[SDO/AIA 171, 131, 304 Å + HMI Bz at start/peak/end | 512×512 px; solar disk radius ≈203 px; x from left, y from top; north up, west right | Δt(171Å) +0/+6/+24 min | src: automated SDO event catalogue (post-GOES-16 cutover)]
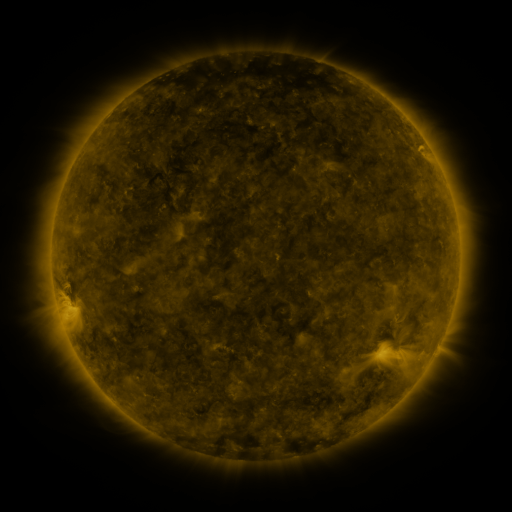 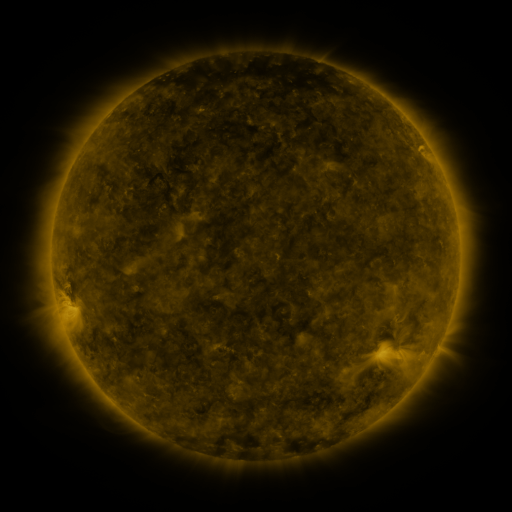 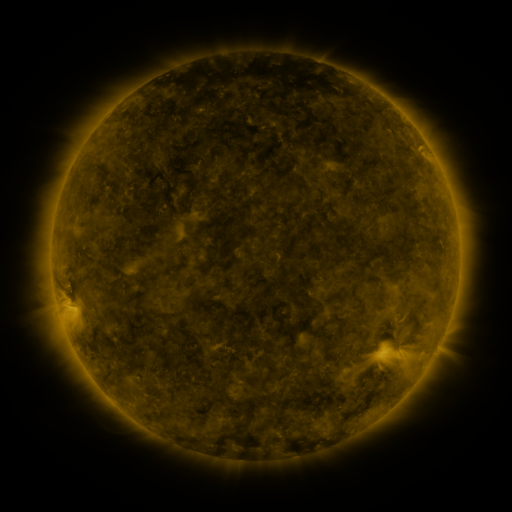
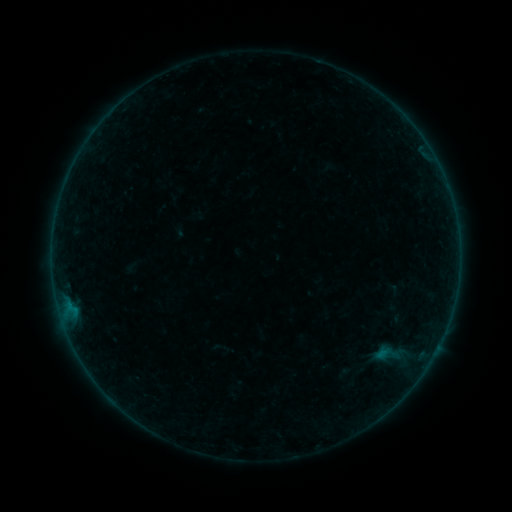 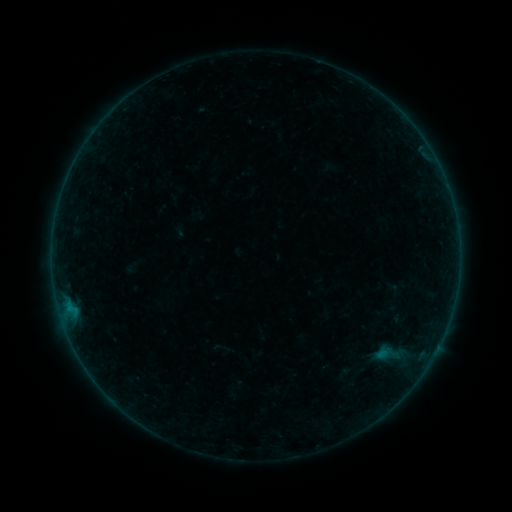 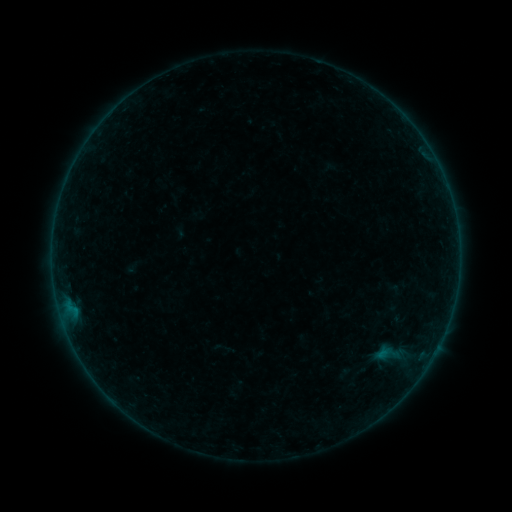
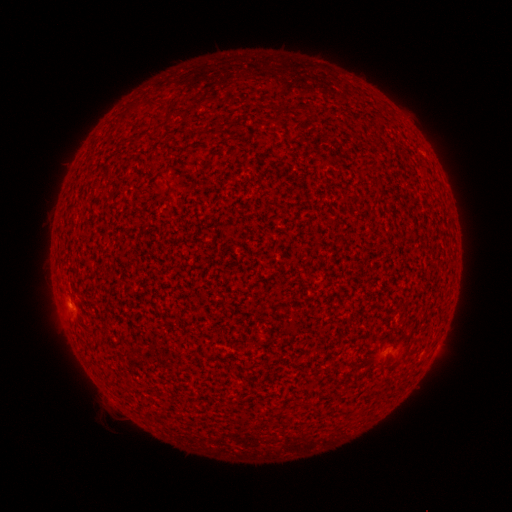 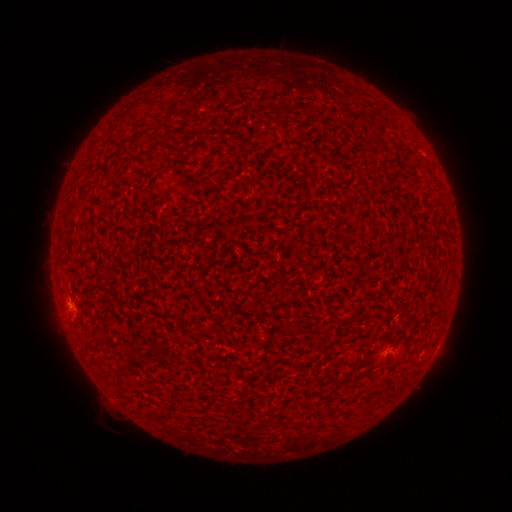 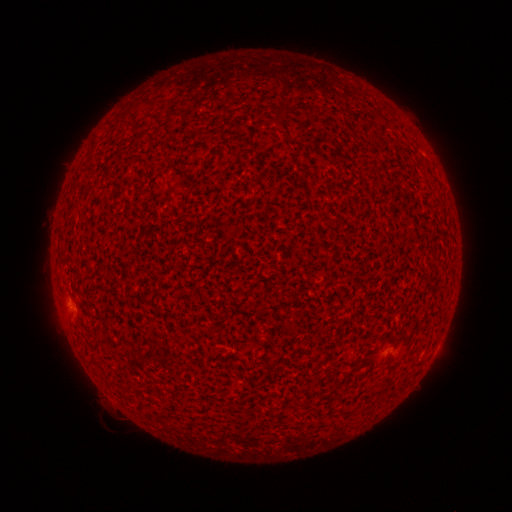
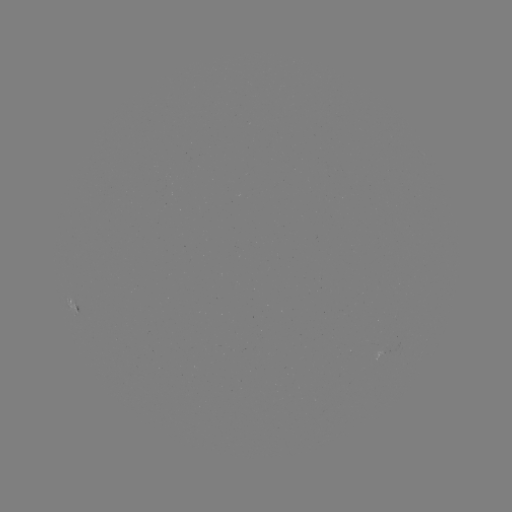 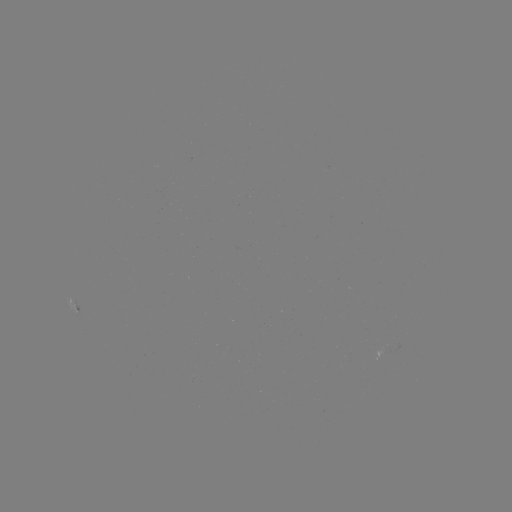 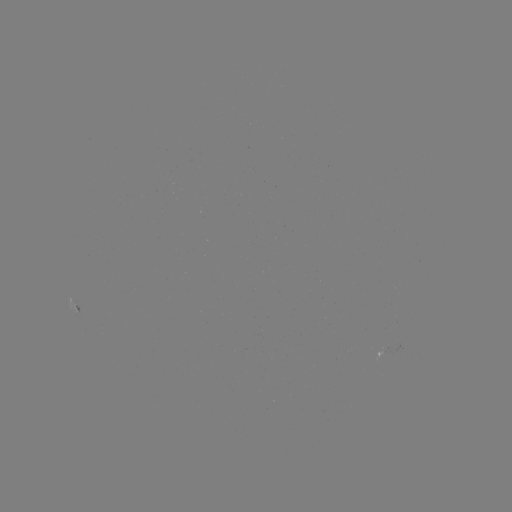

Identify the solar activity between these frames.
B1.1 flare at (69, 308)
